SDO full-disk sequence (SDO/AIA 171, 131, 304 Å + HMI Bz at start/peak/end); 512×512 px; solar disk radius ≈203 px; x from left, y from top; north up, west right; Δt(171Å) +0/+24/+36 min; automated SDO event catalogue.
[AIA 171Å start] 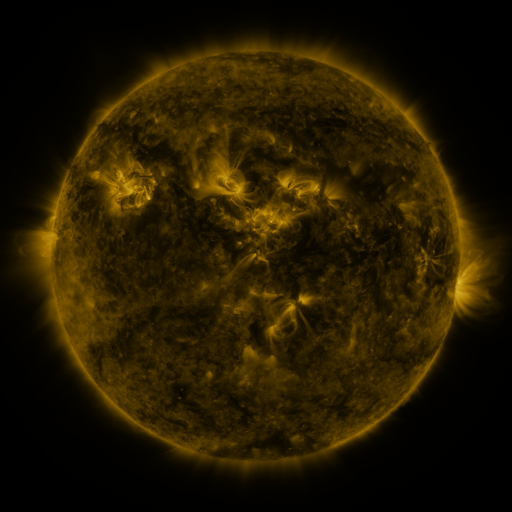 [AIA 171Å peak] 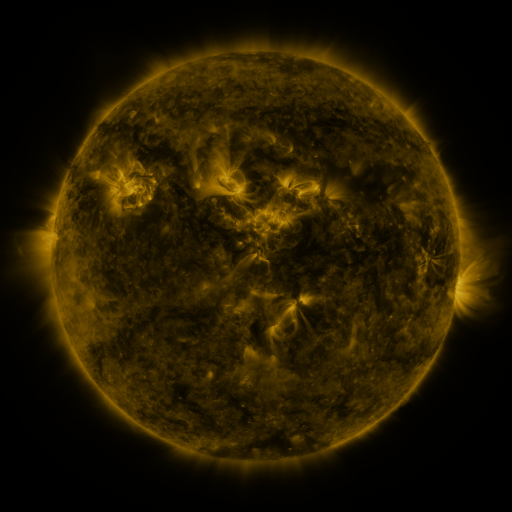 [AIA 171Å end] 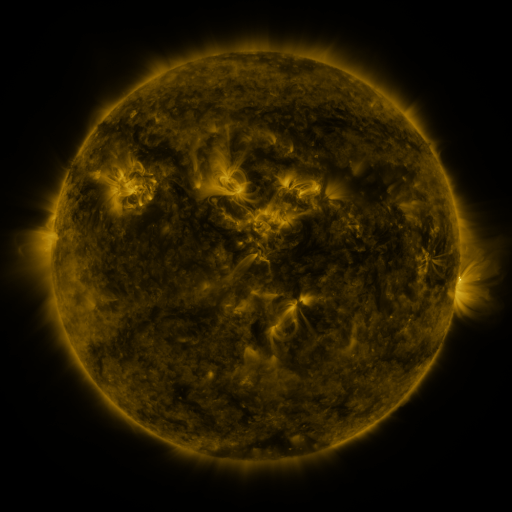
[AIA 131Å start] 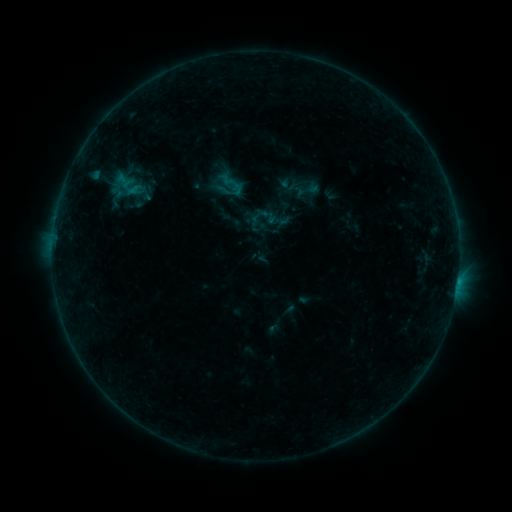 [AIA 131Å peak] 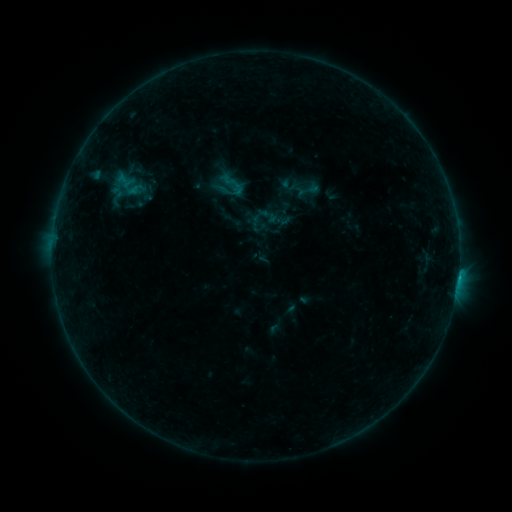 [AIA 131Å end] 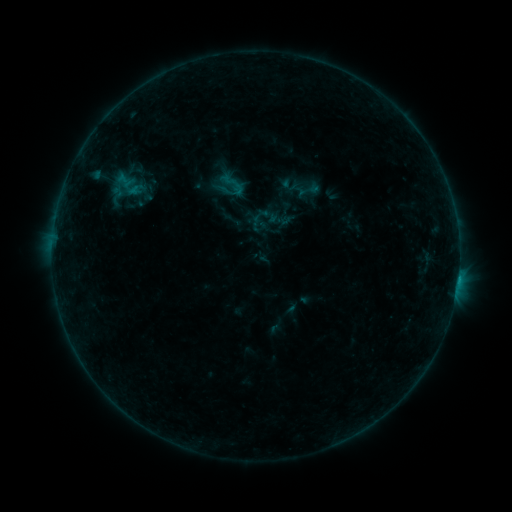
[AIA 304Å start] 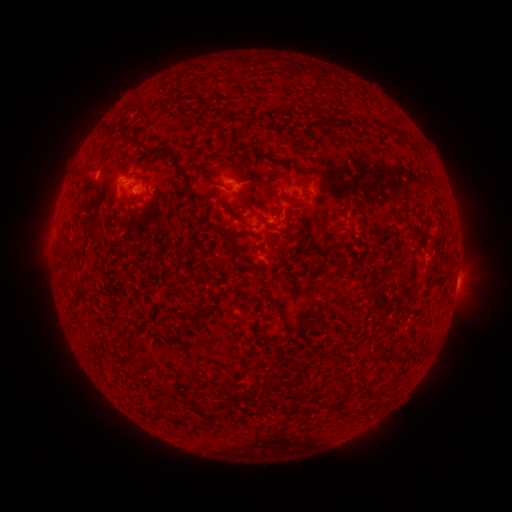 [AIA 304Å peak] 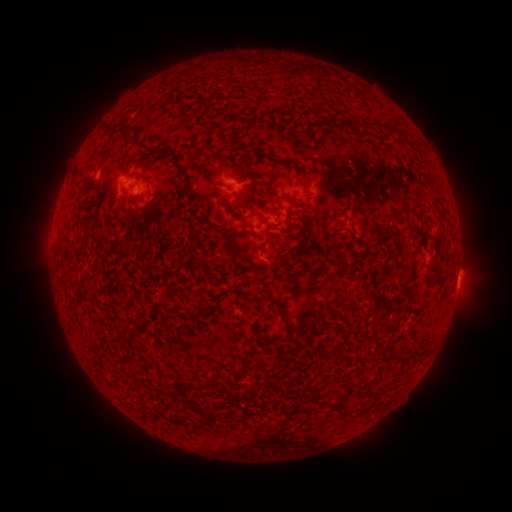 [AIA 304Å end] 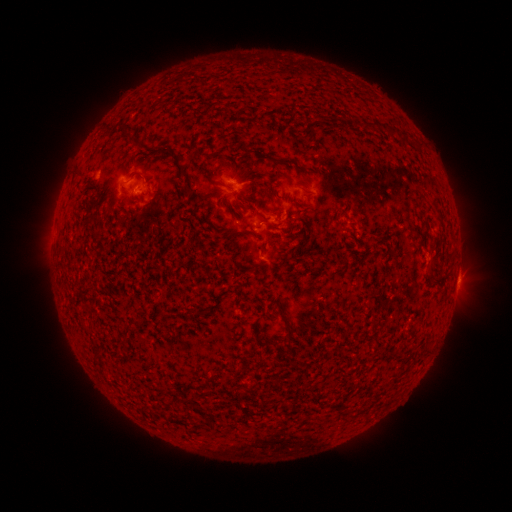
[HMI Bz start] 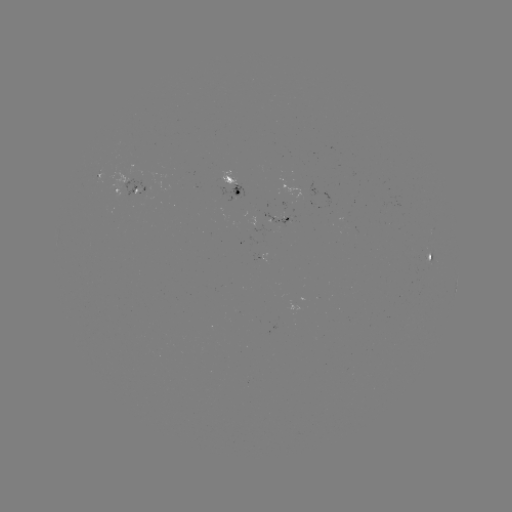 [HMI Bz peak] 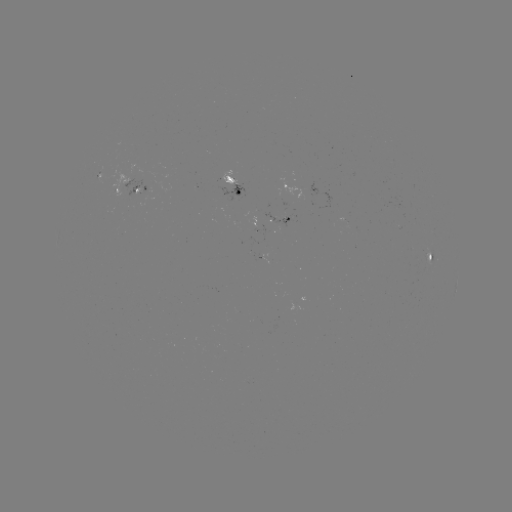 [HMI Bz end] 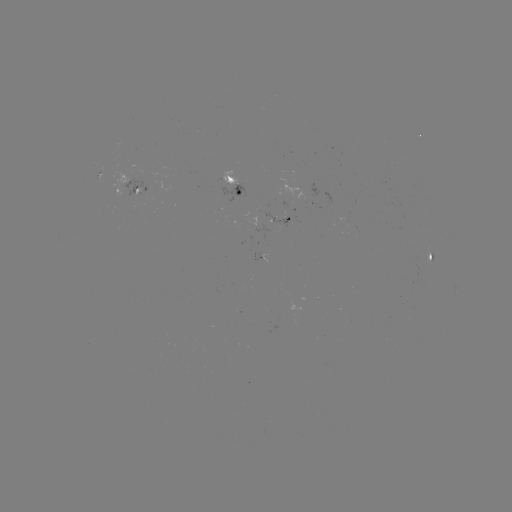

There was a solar flare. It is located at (458, 276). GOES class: B4.8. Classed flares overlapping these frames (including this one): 1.